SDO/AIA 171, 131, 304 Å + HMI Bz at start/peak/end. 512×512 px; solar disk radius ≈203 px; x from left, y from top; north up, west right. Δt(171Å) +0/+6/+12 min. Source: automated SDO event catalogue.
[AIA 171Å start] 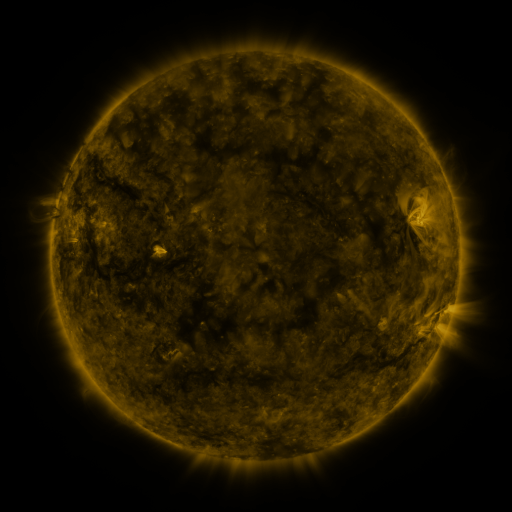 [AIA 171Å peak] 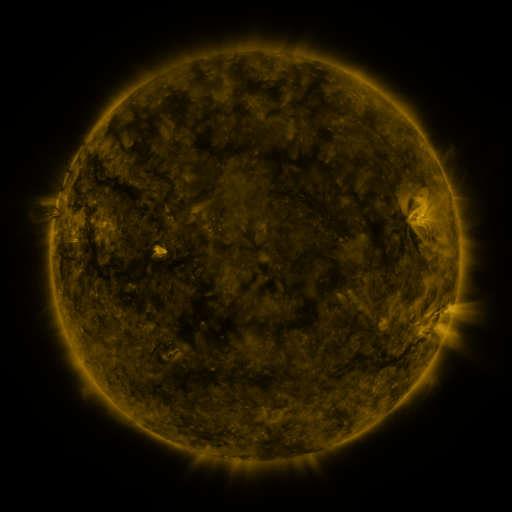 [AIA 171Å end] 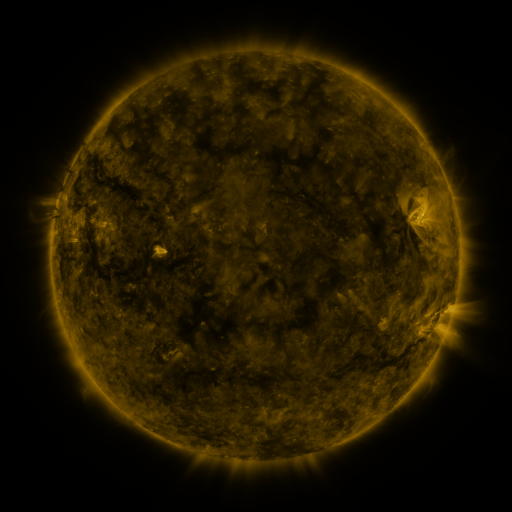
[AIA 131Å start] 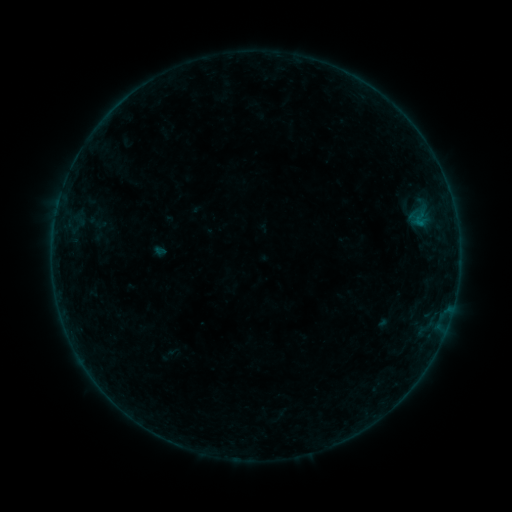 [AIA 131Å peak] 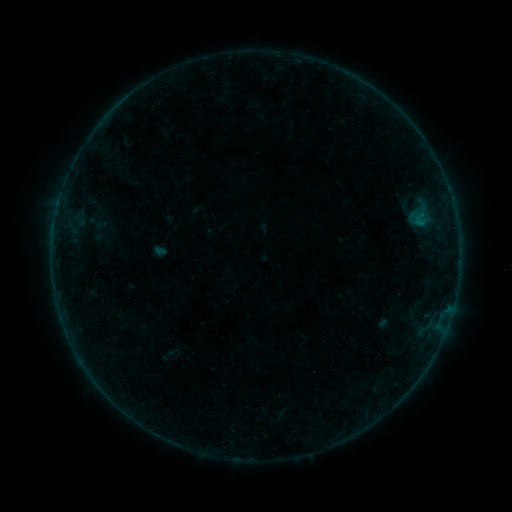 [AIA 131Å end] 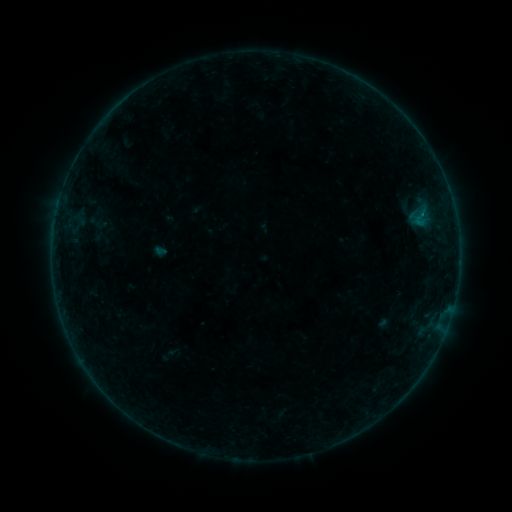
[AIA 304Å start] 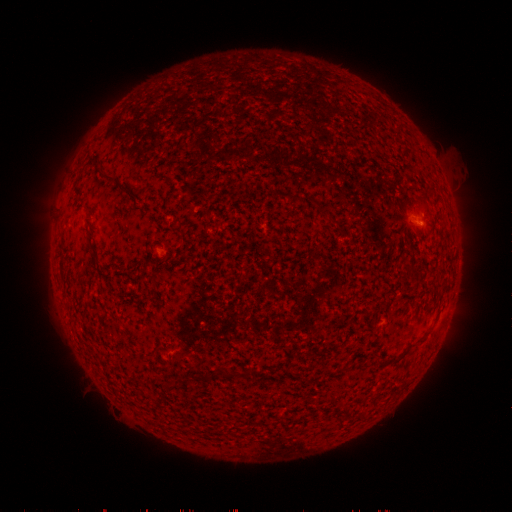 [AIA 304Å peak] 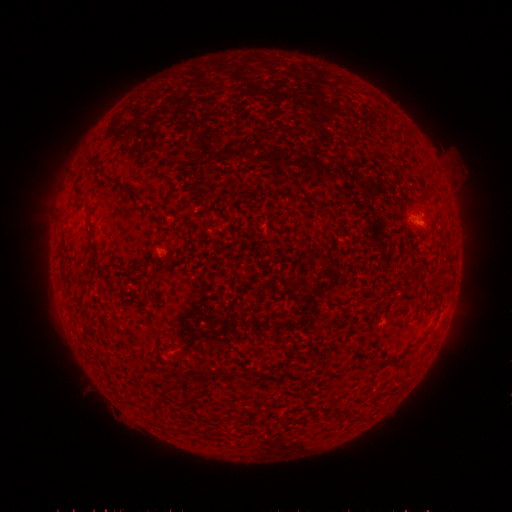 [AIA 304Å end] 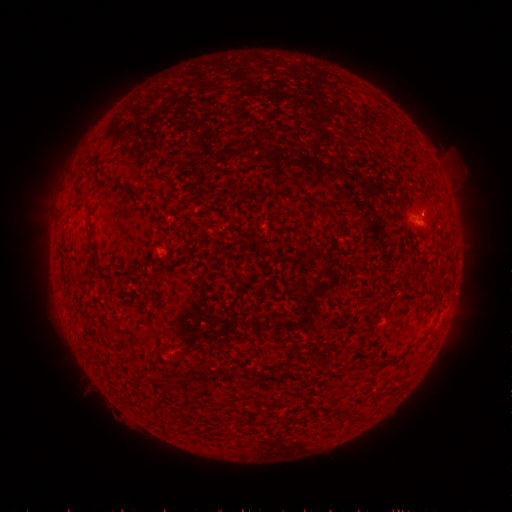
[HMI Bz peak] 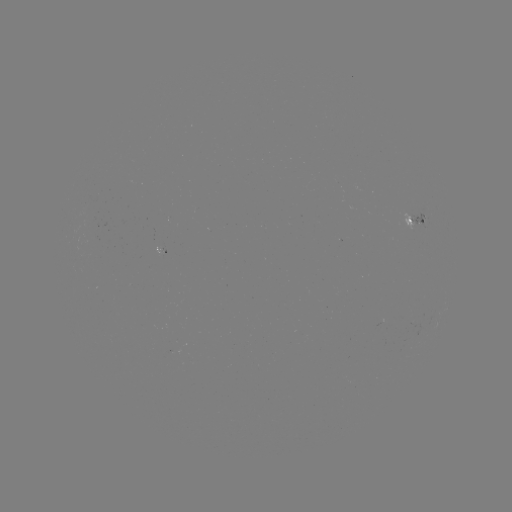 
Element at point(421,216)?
B1.5 flare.